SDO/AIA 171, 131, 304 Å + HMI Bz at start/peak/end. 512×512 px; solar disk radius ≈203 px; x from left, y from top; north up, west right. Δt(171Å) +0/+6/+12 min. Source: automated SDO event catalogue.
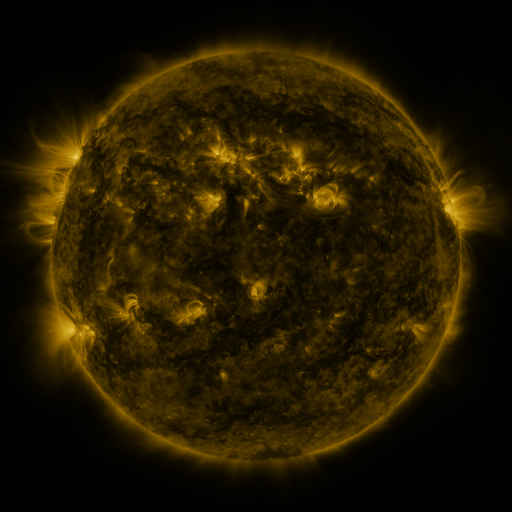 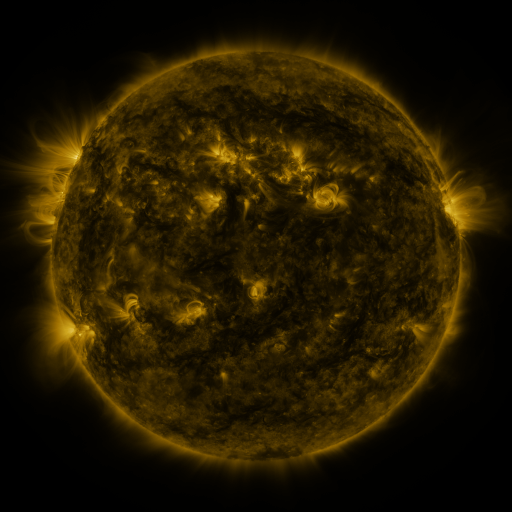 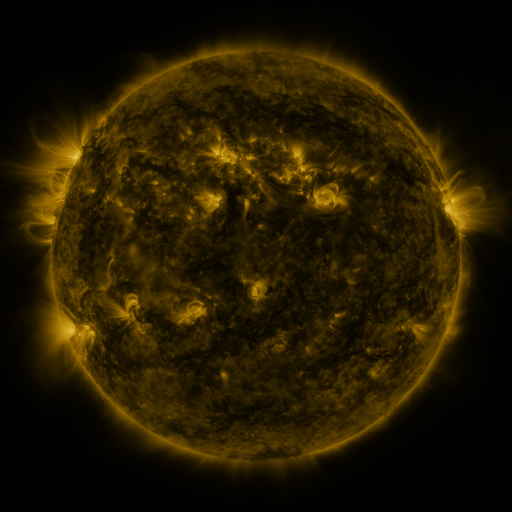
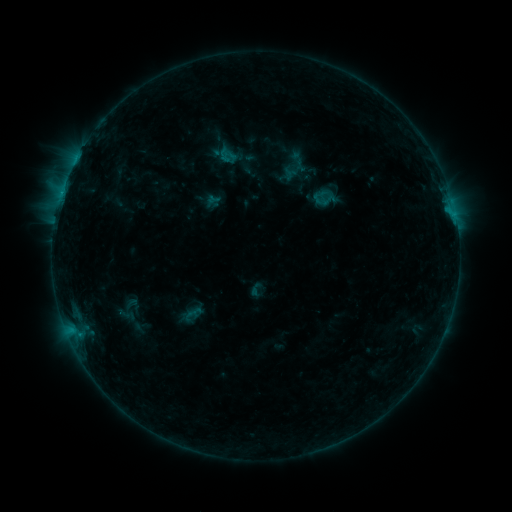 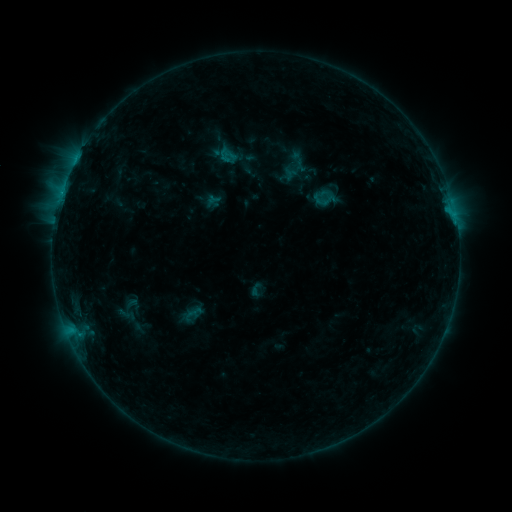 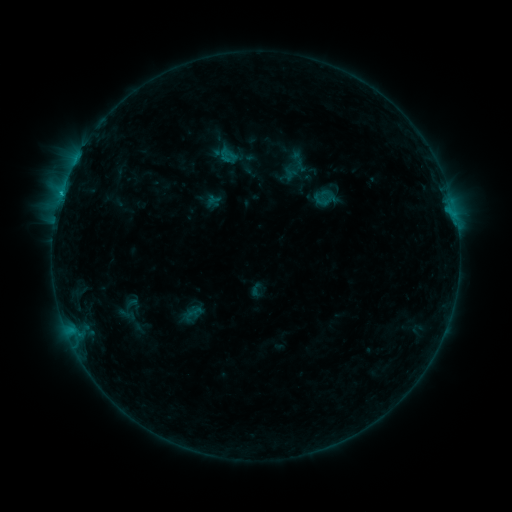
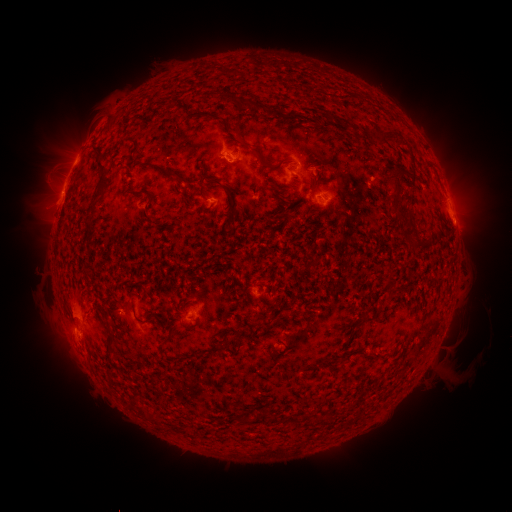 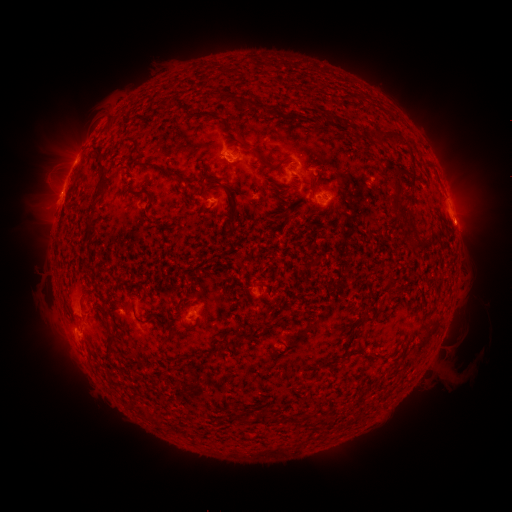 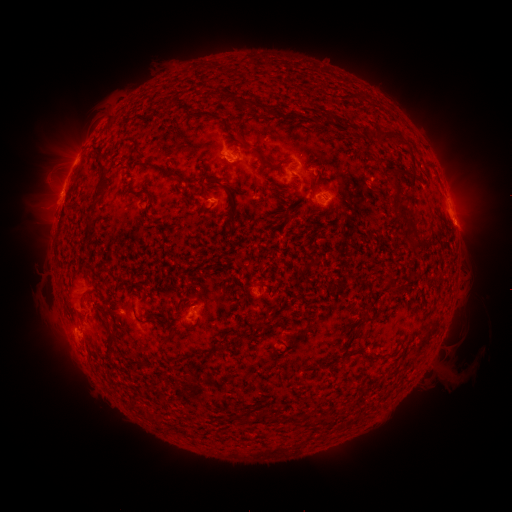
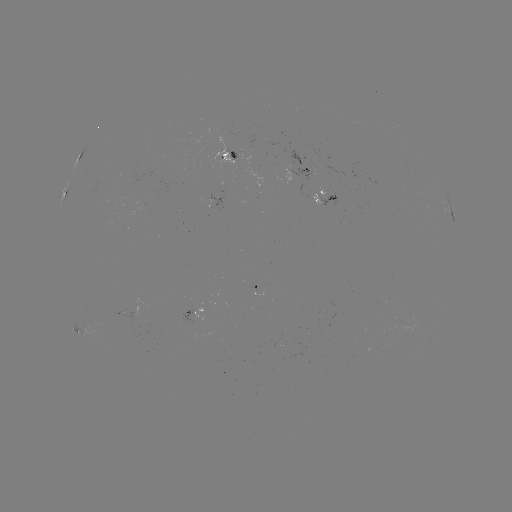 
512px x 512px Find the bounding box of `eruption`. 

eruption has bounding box [439, 204, 489, 250].